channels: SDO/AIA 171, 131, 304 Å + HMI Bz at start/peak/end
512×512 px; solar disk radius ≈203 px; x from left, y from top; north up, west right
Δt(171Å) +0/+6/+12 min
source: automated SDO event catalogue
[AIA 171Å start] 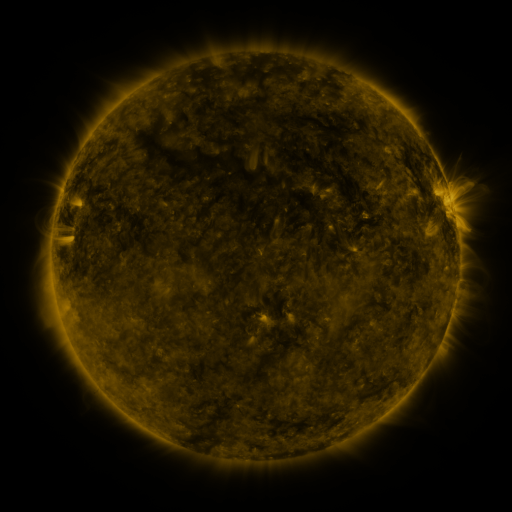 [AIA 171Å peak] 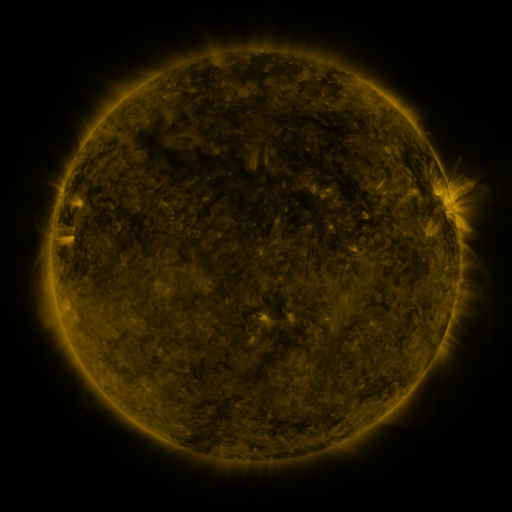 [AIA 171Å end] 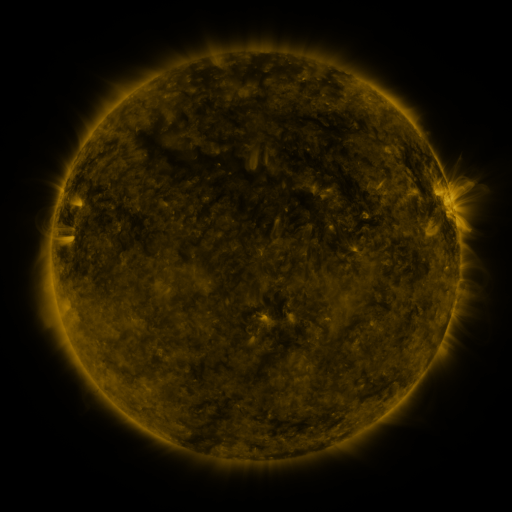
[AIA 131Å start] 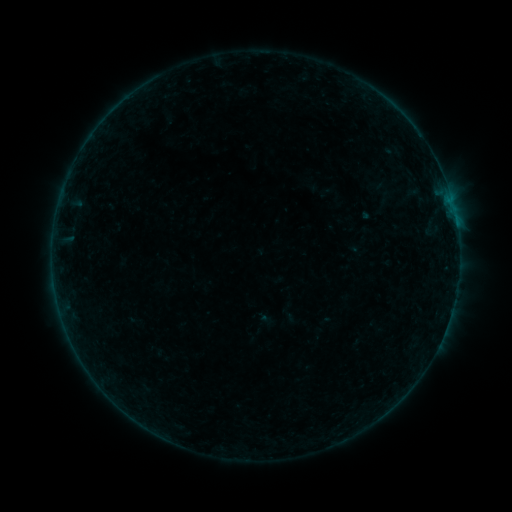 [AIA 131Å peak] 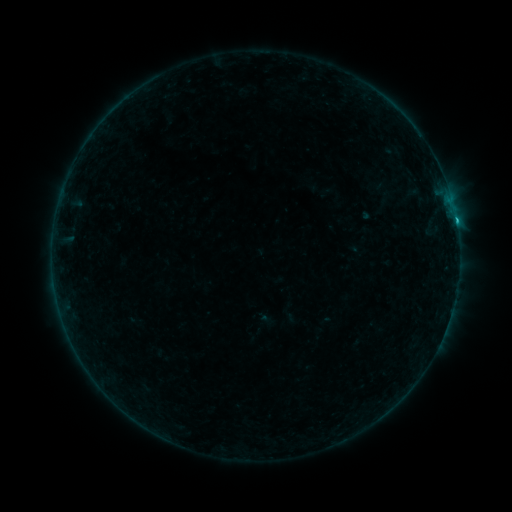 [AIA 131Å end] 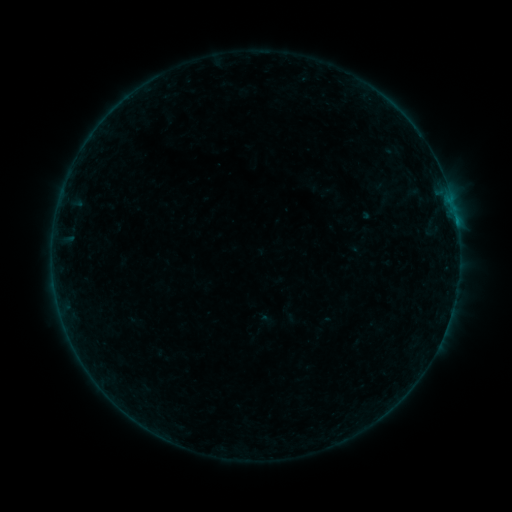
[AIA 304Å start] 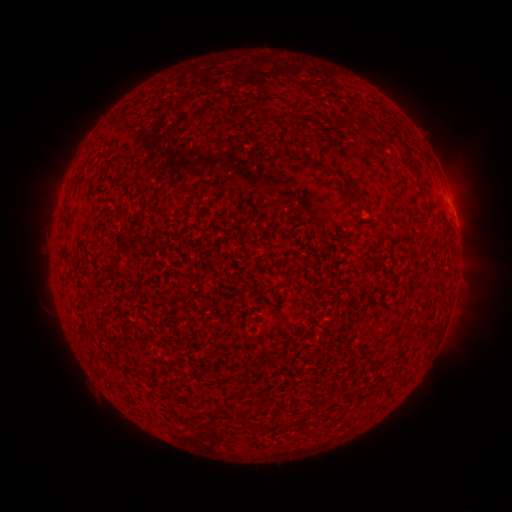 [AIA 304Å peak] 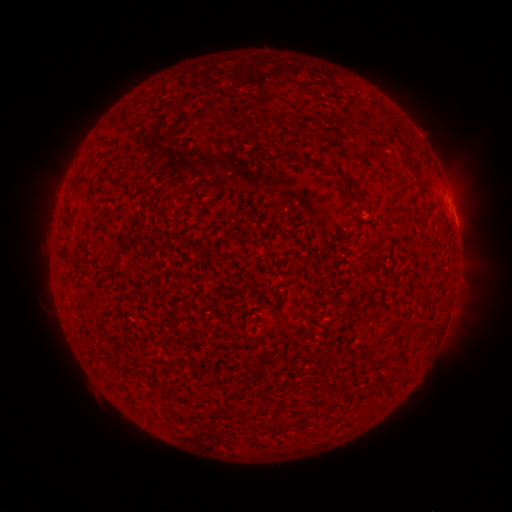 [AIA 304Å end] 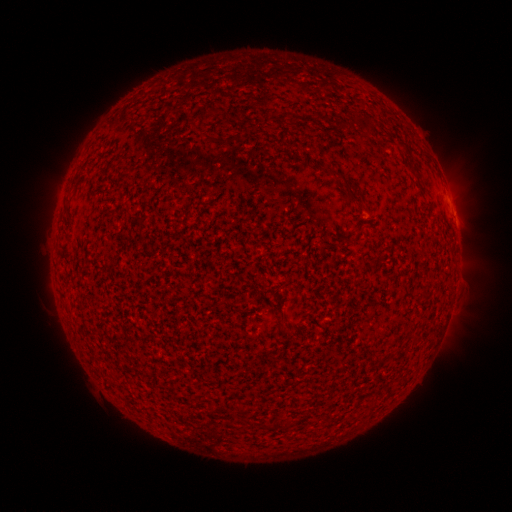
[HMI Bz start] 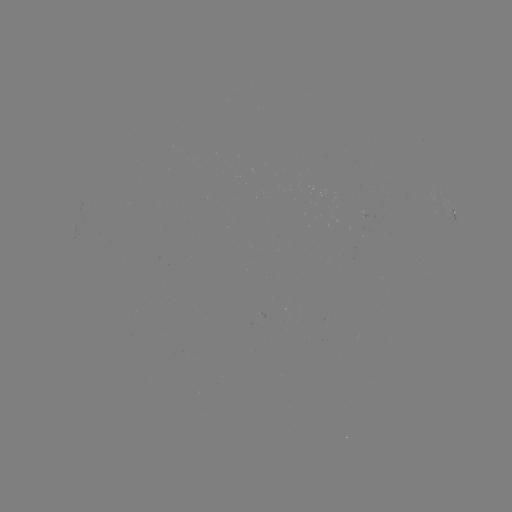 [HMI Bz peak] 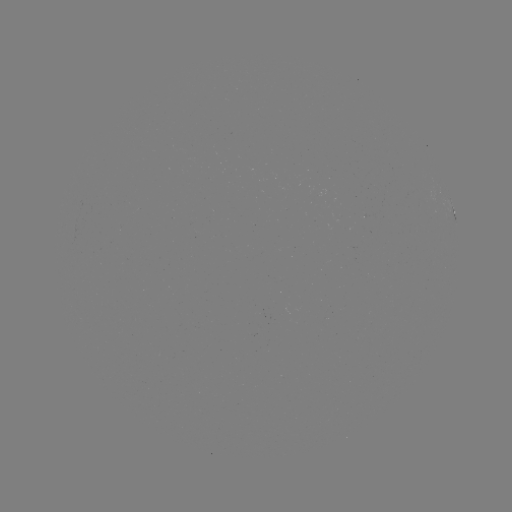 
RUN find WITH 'B5.0 flare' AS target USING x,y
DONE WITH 456,224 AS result